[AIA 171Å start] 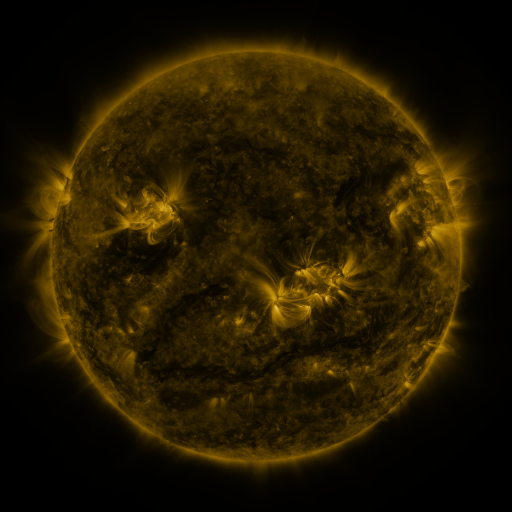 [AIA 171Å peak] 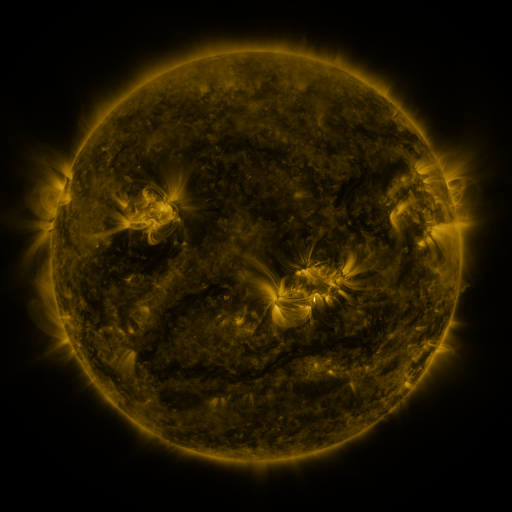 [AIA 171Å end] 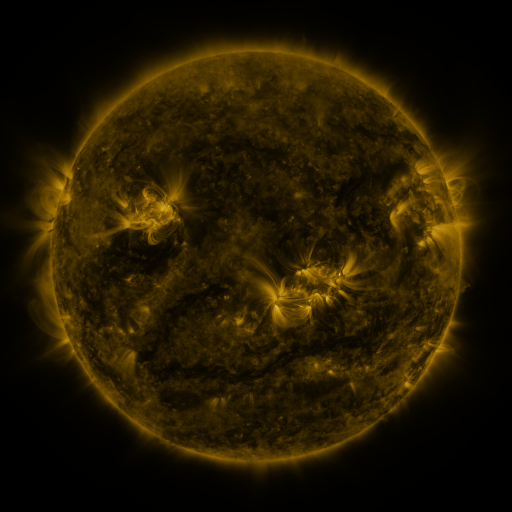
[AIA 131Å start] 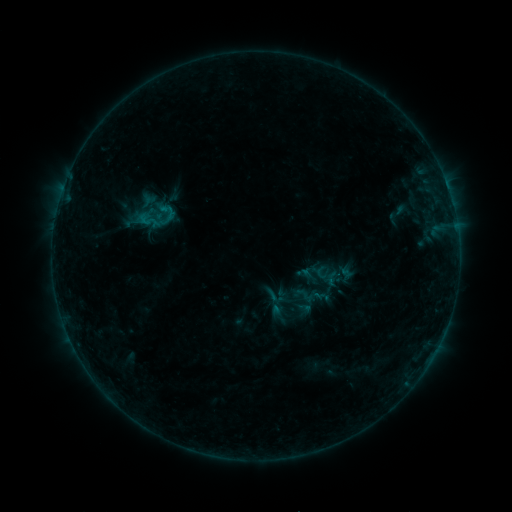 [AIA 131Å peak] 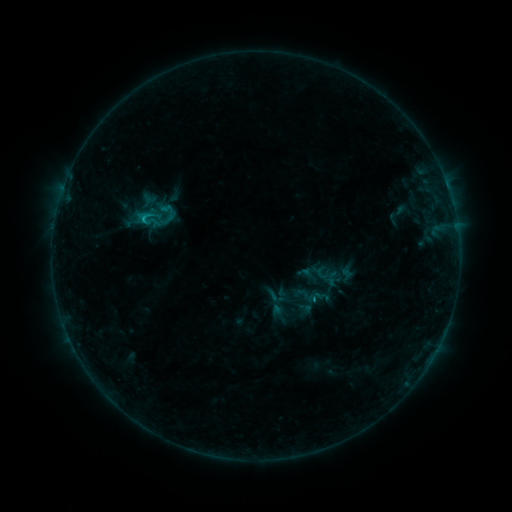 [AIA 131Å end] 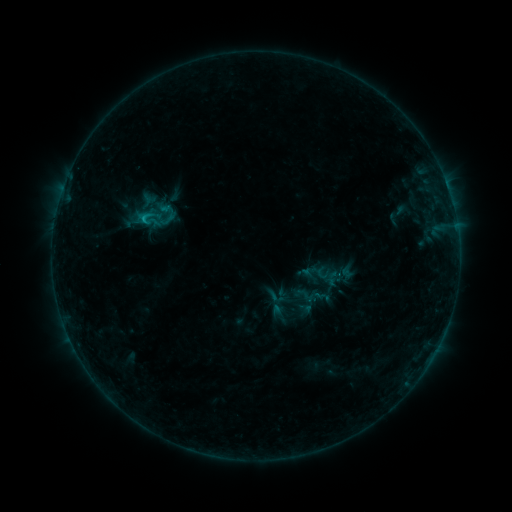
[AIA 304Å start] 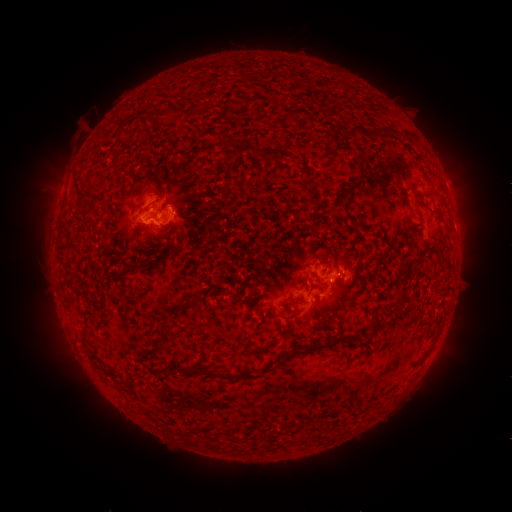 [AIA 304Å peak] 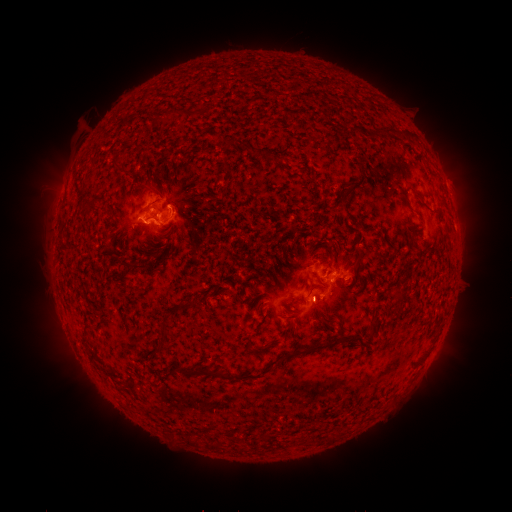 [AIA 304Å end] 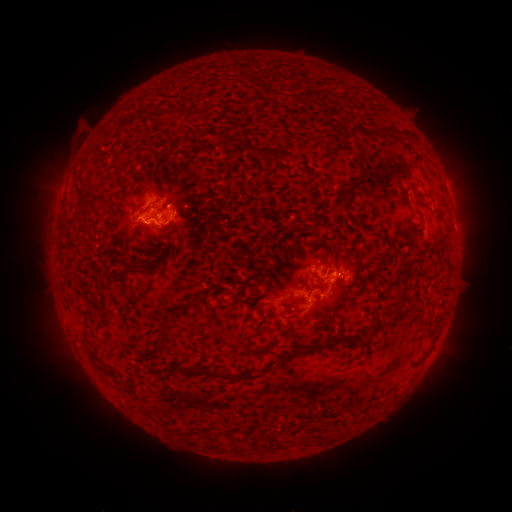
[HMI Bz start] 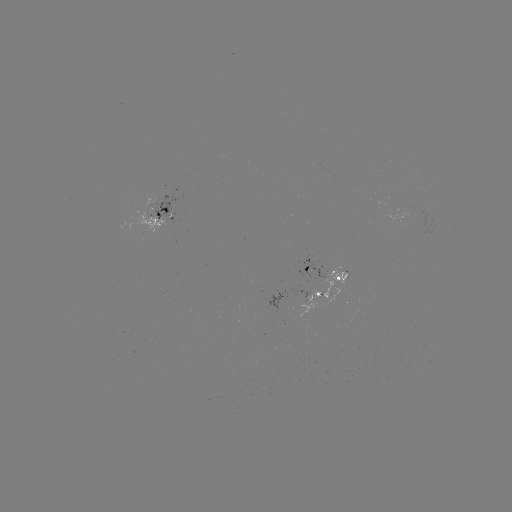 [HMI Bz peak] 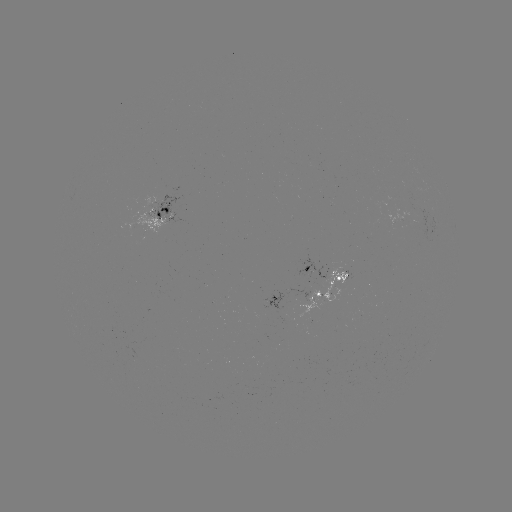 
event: flare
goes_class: B8.0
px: (145, 222)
